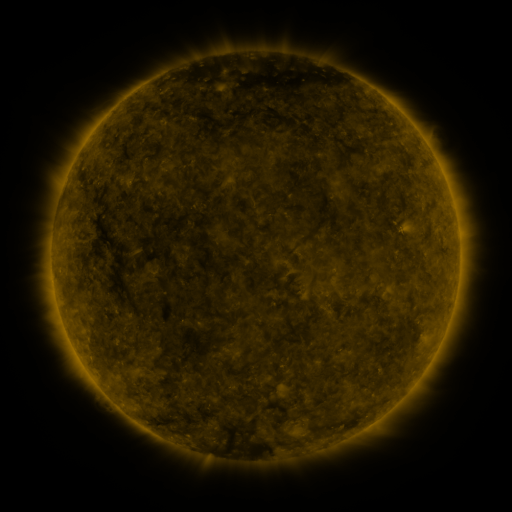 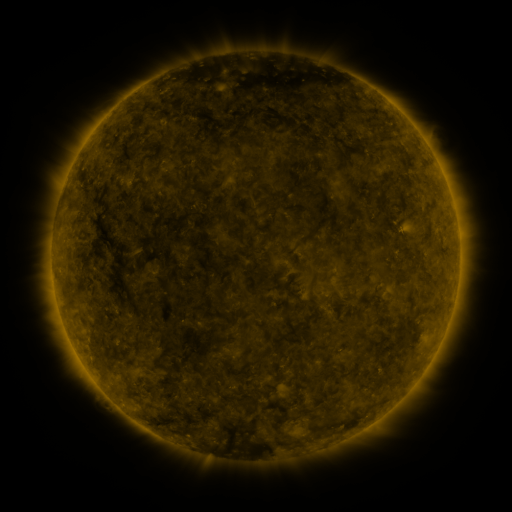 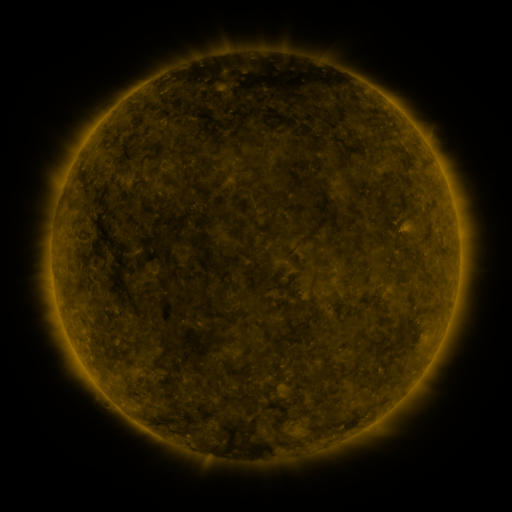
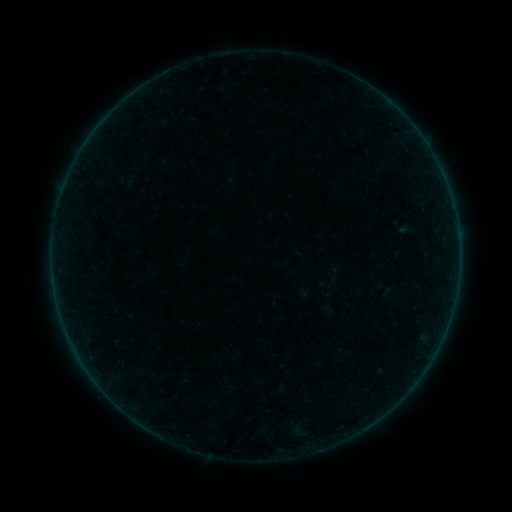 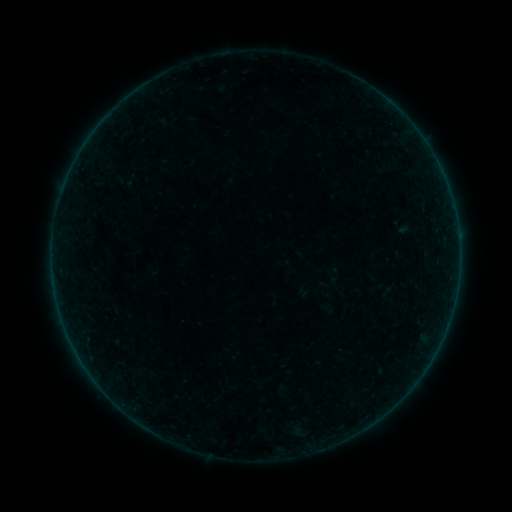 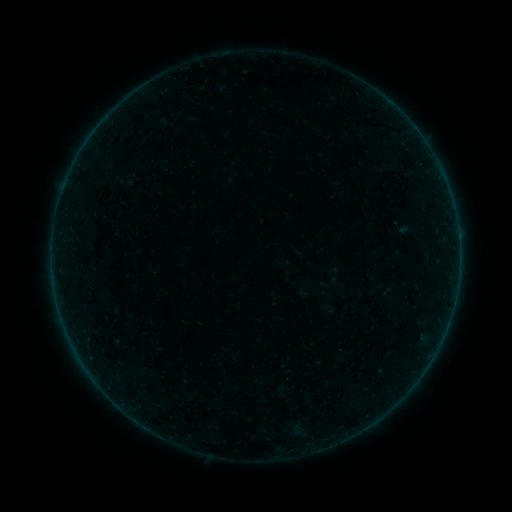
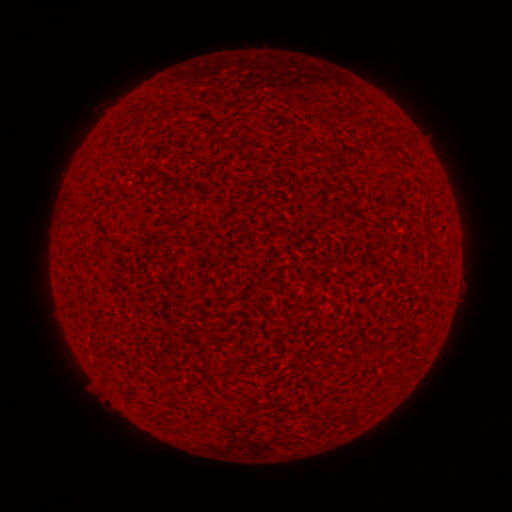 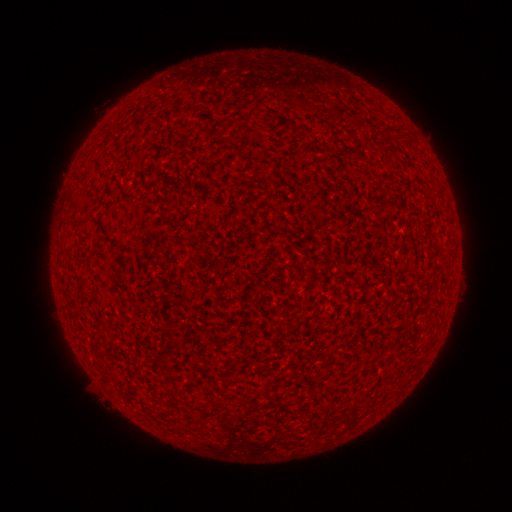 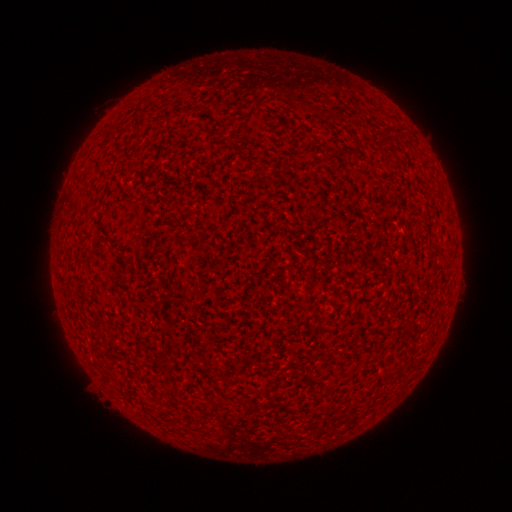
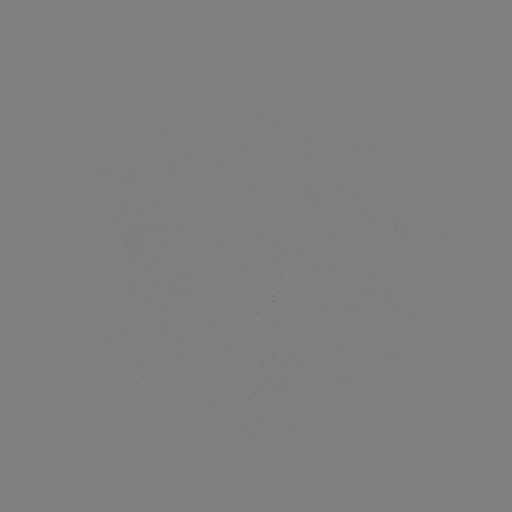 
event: flare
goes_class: A1.7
